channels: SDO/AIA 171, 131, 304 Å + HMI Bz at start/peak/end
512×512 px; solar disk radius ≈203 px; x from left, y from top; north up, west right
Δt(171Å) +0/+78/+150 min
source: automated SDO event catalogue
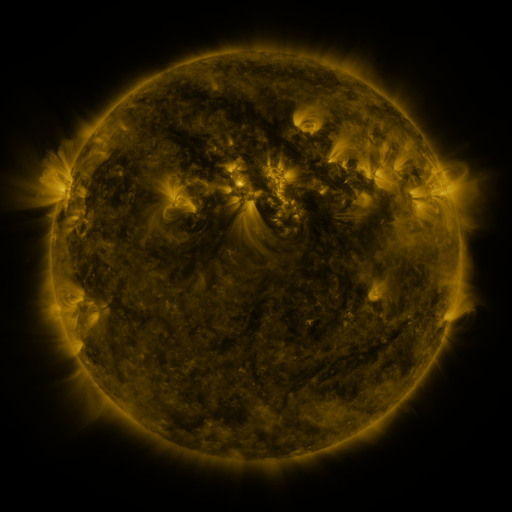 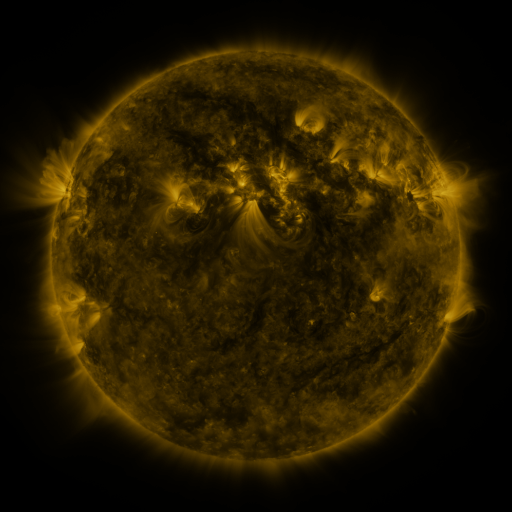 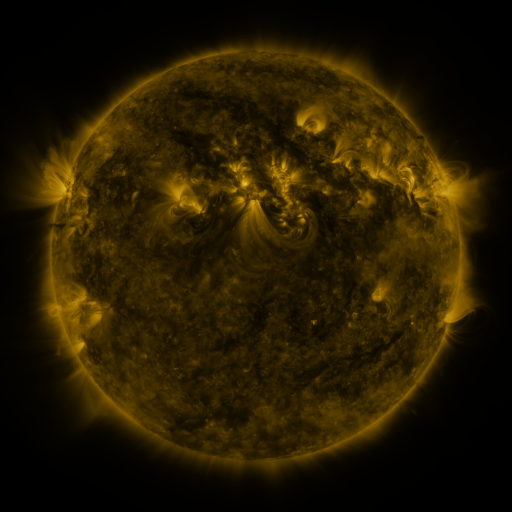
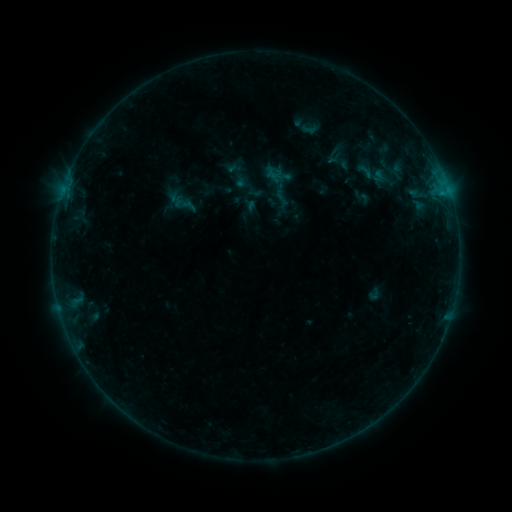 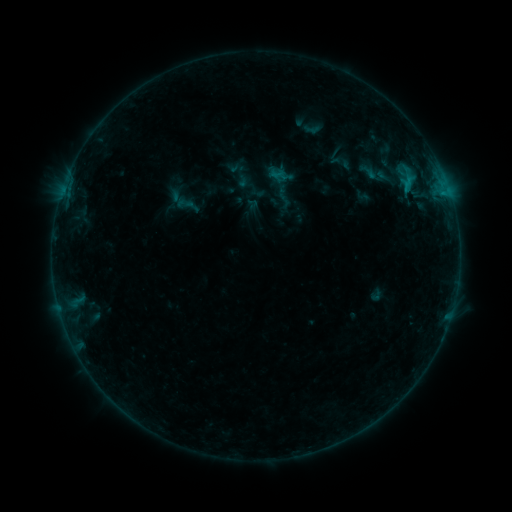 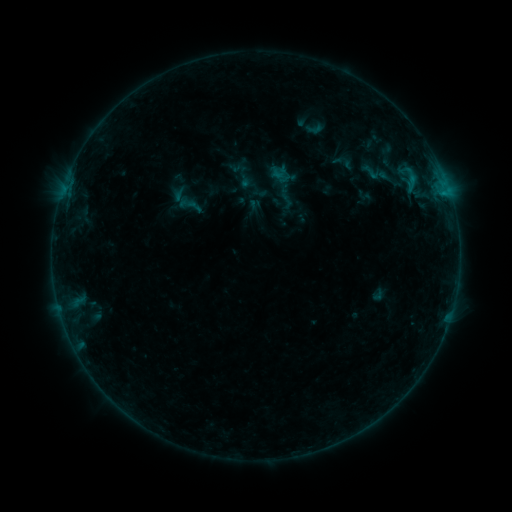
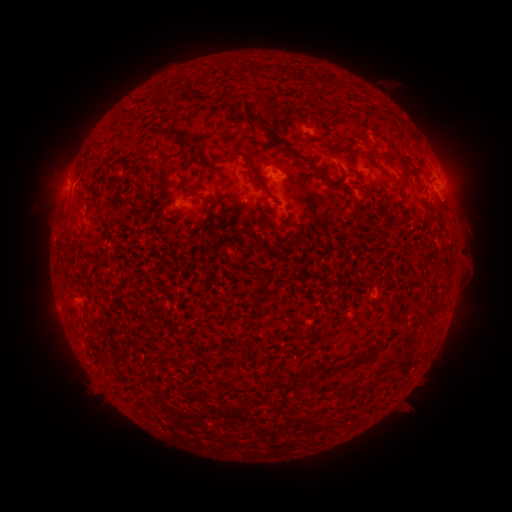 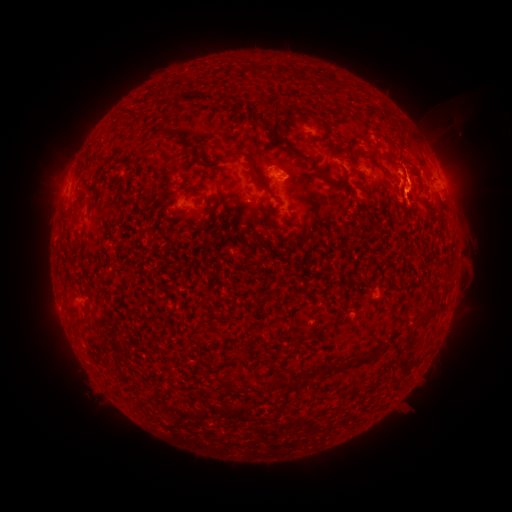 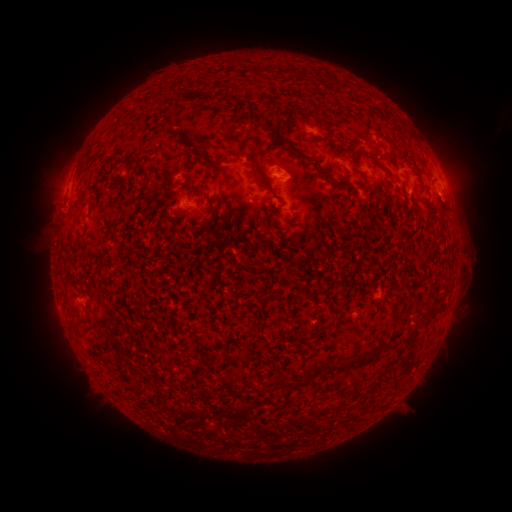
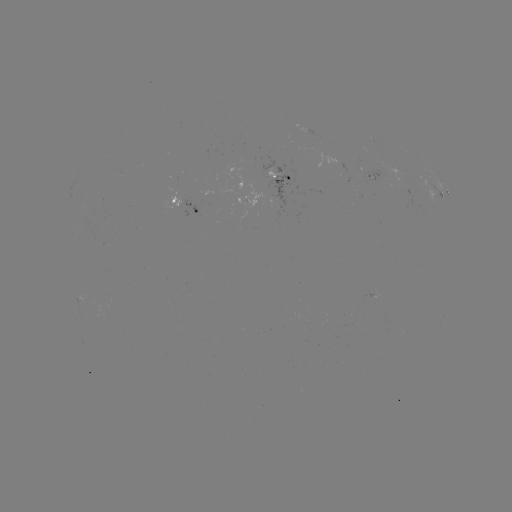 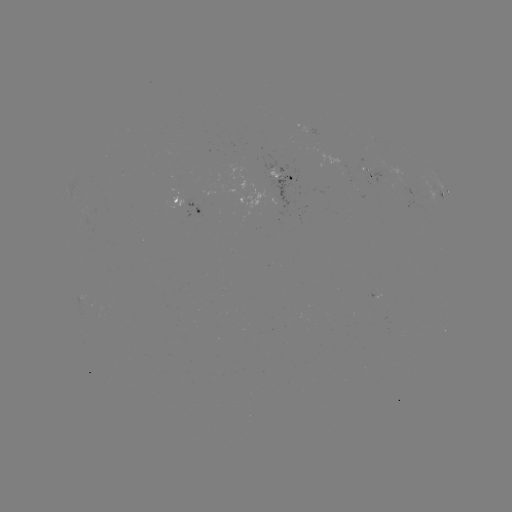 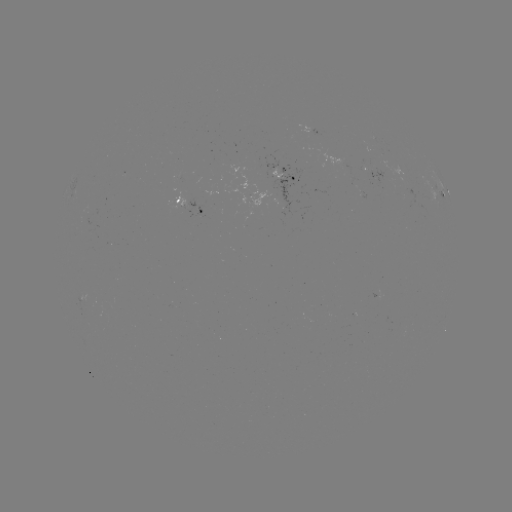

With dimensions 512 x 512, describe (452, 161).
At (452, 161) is filament eruption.